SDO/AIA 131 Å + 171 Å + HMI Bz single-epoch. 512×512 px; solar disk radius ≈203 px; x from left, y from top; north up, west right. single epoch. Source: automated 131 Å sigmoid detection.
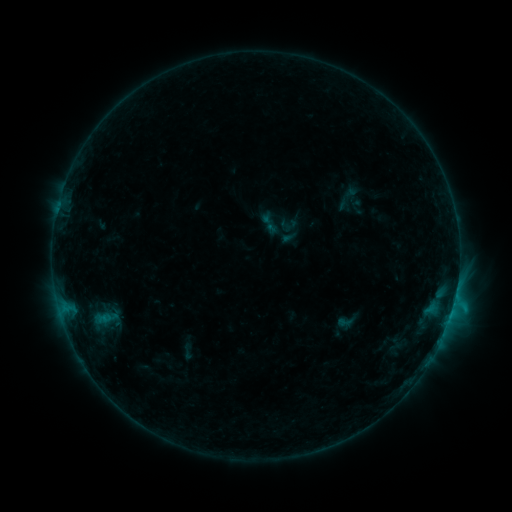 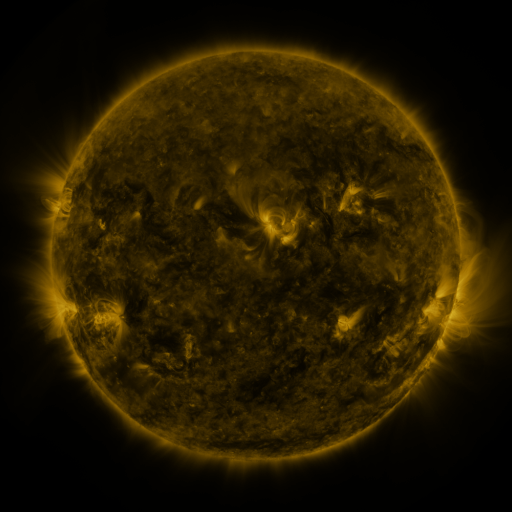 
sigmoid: <bbox>257, 211, 282, 236</bbox>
